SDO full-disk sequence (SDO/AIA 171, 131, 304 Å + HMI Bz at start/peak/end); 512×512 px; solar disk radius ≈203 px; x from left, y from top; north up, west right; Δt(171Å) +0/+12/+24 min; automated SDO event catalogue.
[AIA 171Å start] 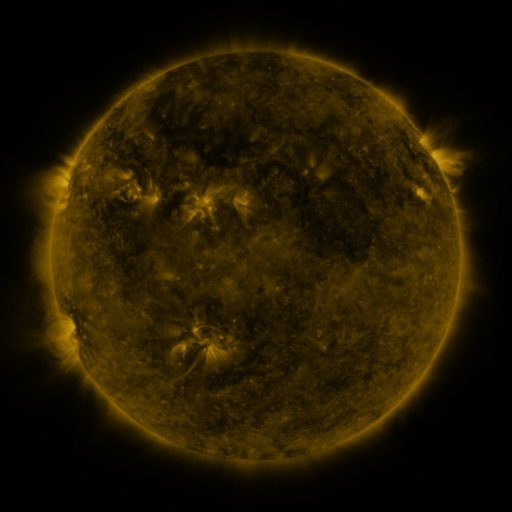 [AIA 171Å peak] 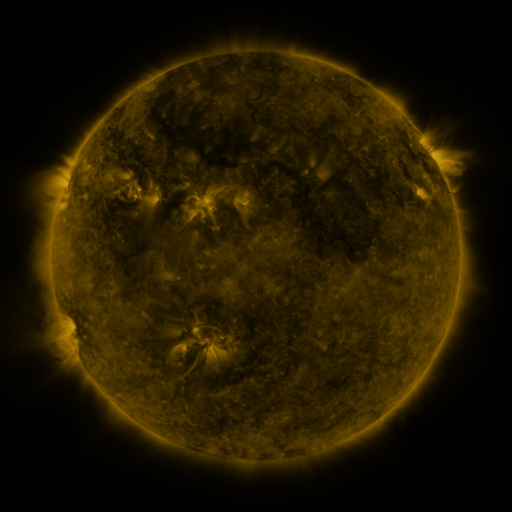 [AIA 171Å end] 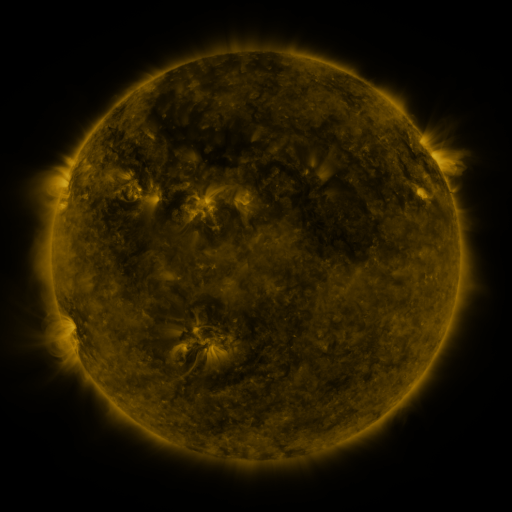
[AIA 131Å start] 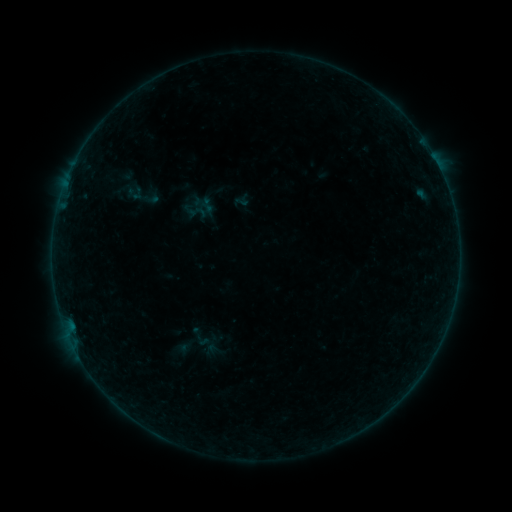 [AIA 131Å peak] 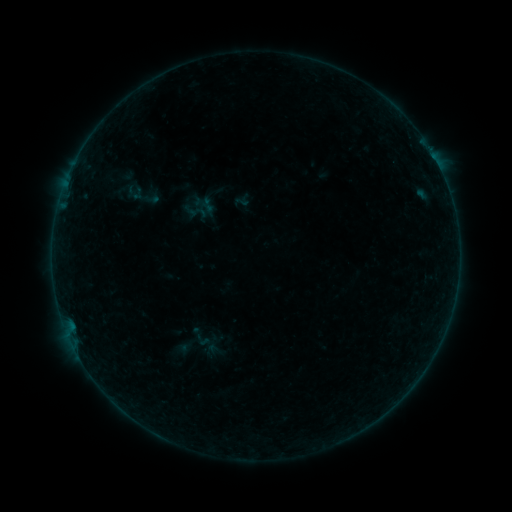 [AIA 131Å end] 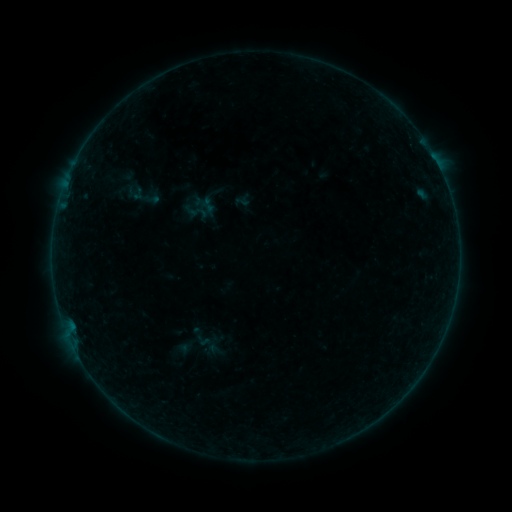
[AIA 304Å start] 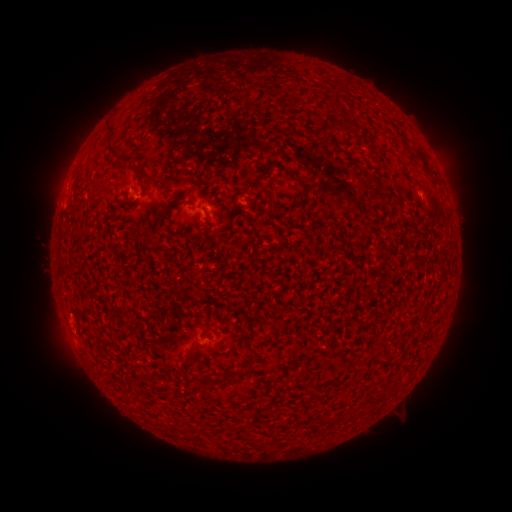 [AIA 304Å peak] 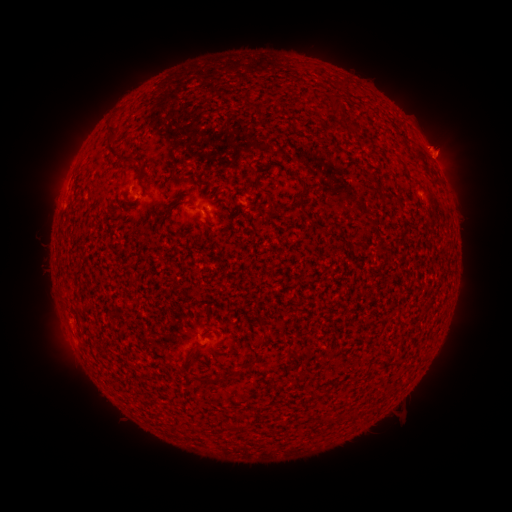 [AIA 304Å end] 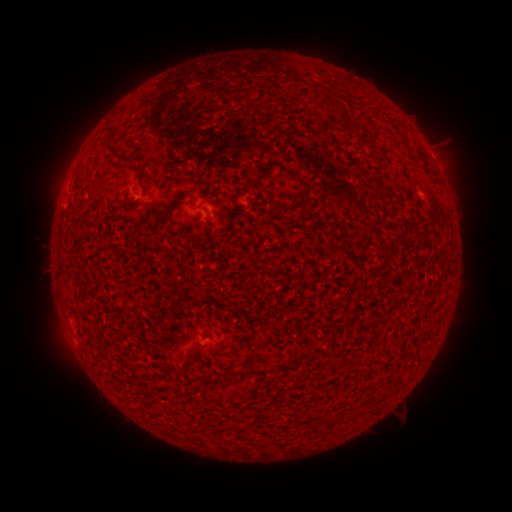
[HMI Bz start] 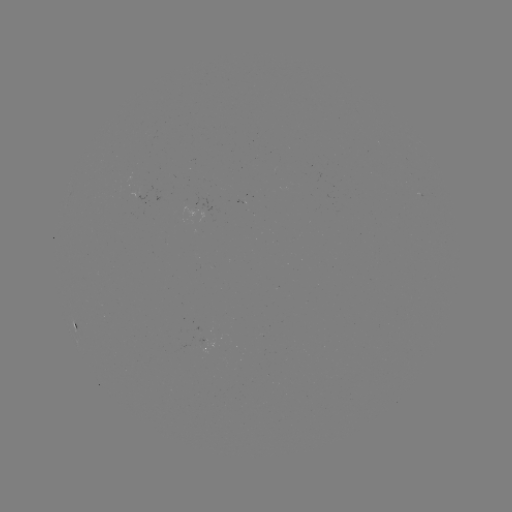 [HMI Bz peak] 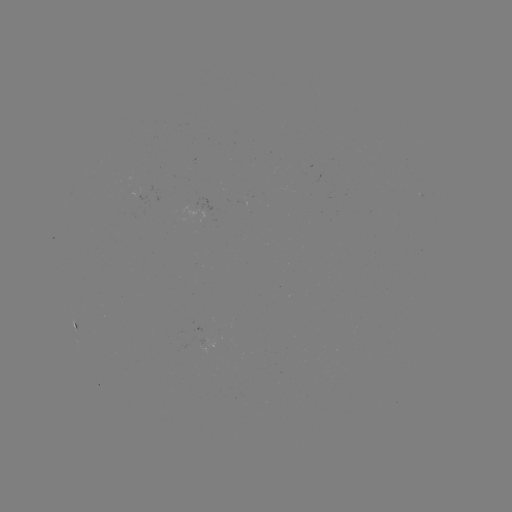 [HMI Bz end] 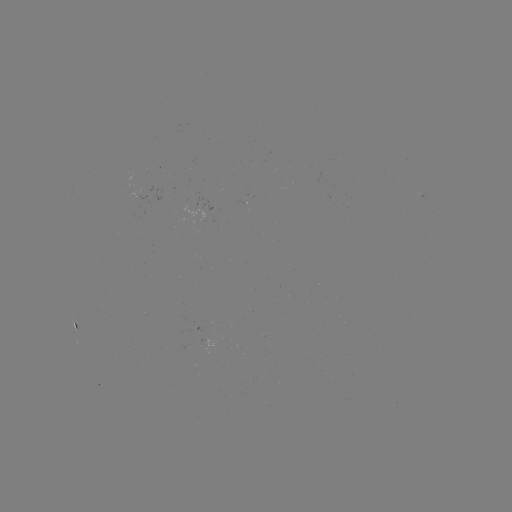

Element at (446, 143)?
eruption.